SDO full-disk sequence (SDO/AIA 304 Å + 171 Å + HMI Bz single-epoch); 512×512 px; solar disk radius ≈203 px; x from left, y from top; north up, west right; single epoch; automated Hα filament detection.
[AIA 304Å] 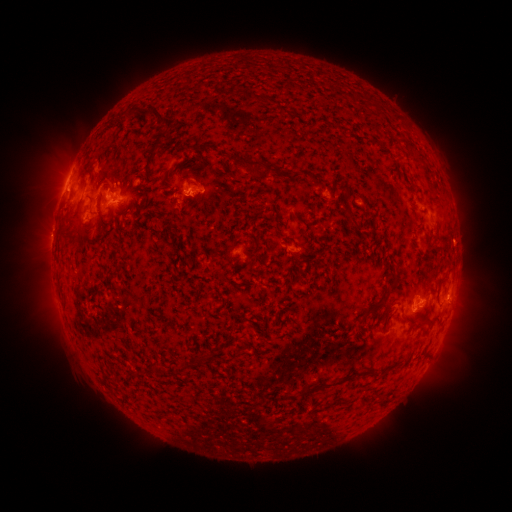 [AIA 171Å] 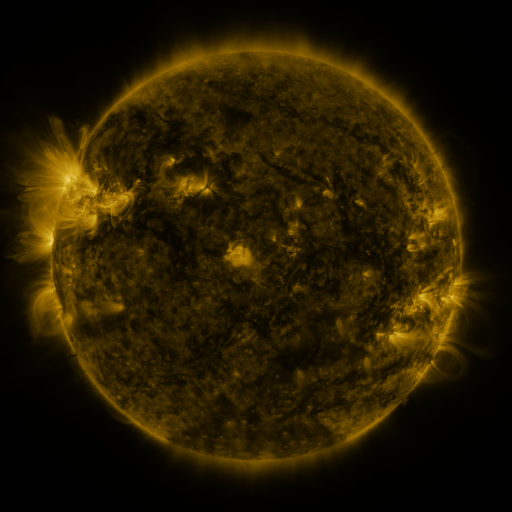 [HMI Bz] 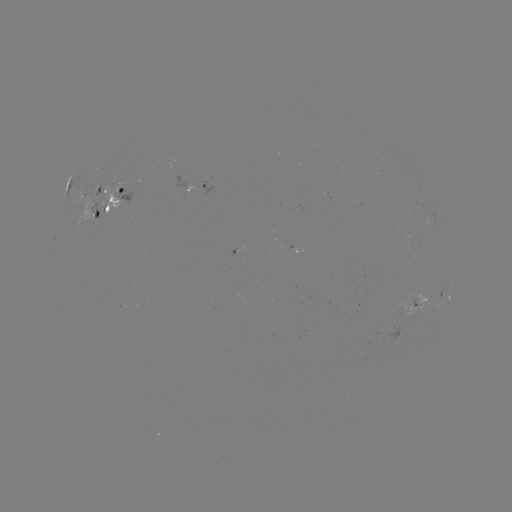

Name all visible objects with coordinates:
filament: (249, 95)
filament: (149, 113)
filament: (162, 137)
filament: (149, 156)
filament: (256, 164)
filament: (126, 182)
filament: (91, 201)
filament: (346, 202)
filament: (278, 217)
filament: (77, 218)
filament: (443, 244)
filament: (393, 280)
filament: (377, 305)
filament: (252, 324)
filament: (185, 368)
filament: (339, 381)
filament: (310, 391)
